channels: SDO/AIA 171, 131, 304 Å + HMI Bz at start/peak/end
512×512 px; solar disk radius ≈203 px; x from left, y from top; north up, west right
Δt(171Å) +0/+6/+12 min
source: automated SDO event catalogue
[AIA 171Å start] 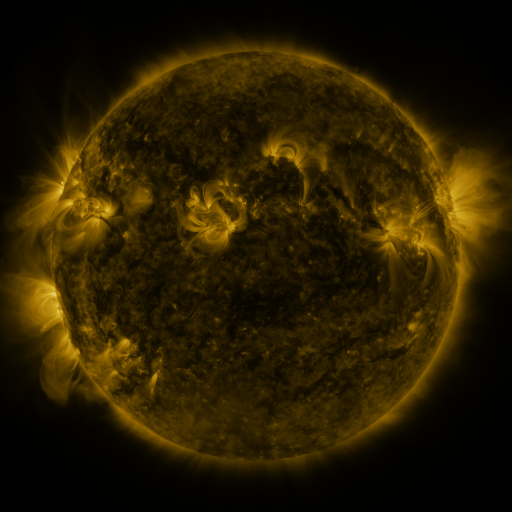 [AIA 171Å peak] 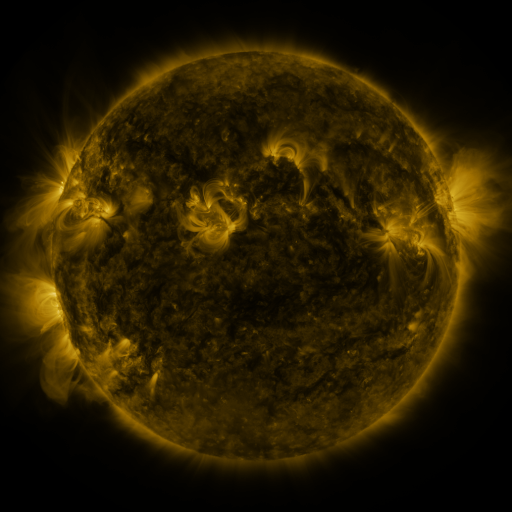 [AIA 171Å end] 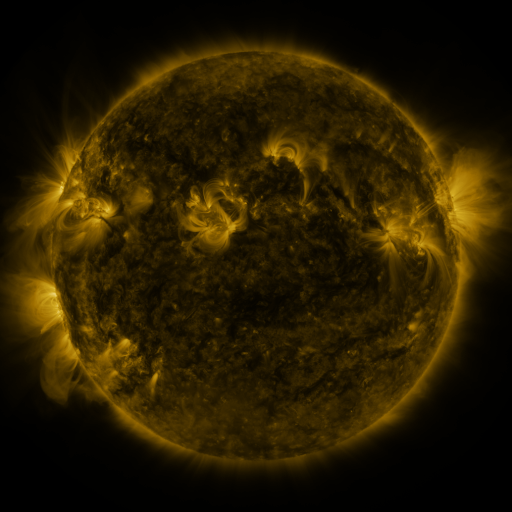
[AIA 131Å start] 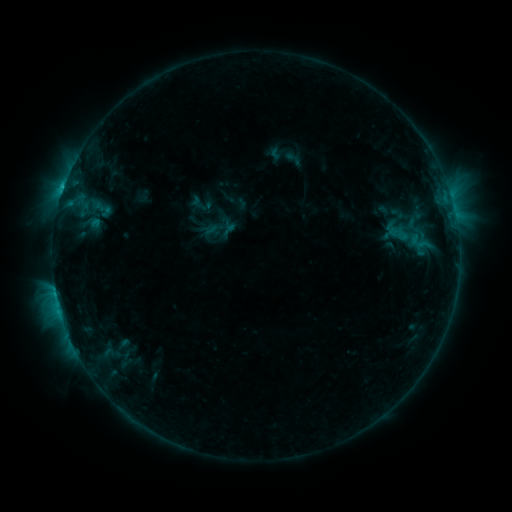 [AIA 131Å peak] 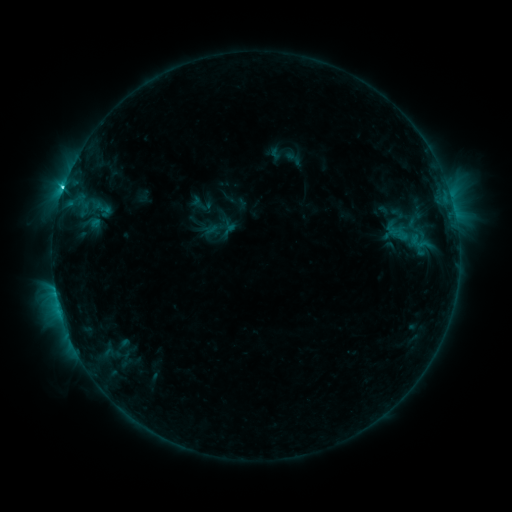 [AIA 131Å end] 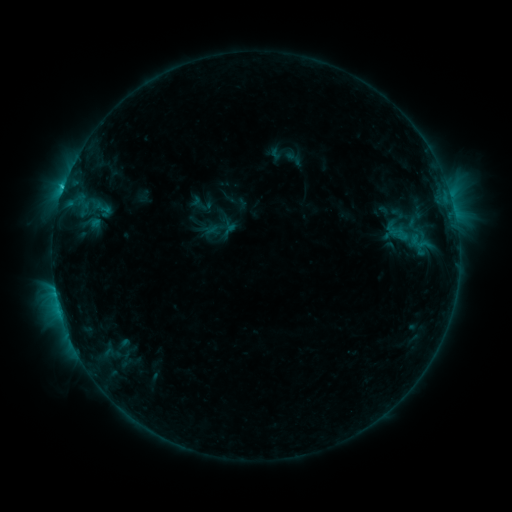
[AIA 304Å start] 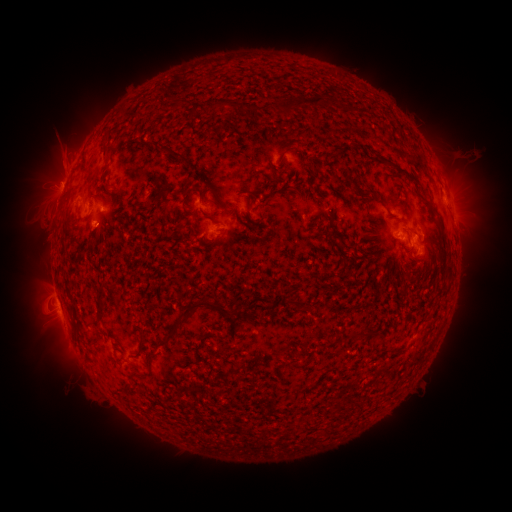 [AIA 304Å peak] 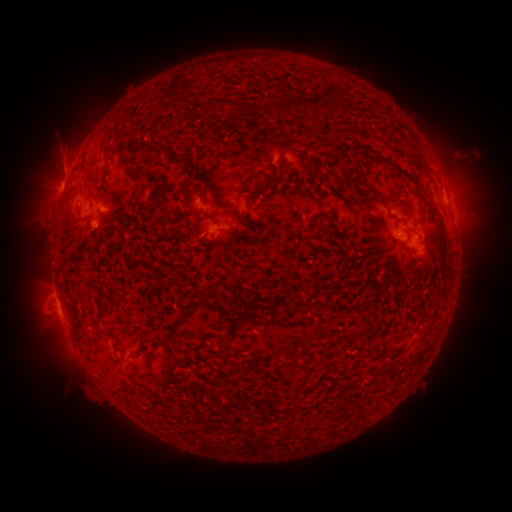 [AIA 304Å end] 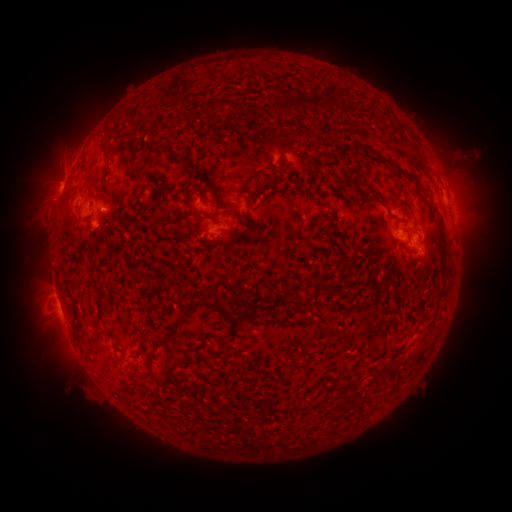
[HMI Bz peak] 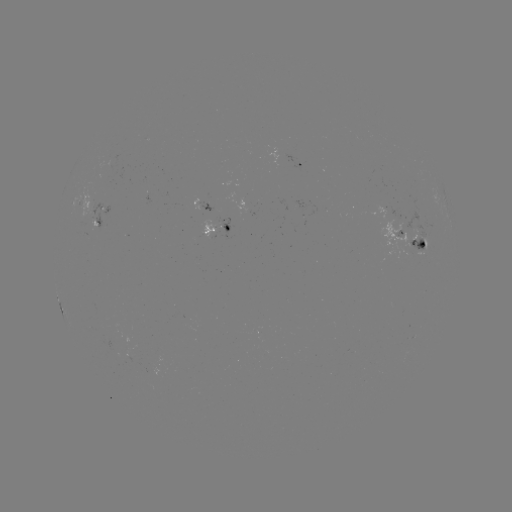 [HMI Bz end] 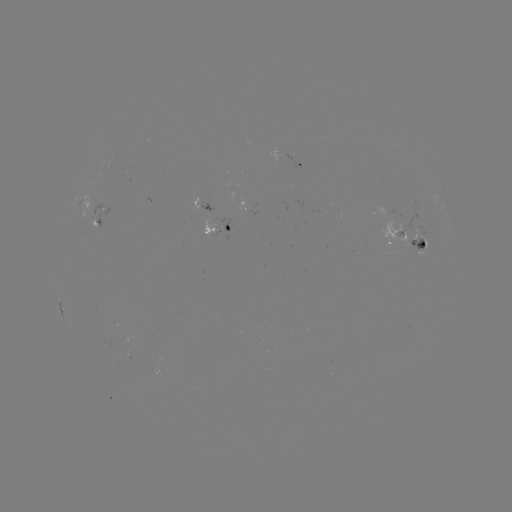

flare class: C2.7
